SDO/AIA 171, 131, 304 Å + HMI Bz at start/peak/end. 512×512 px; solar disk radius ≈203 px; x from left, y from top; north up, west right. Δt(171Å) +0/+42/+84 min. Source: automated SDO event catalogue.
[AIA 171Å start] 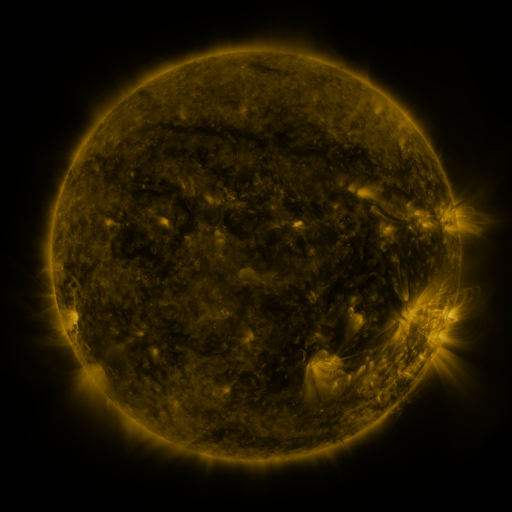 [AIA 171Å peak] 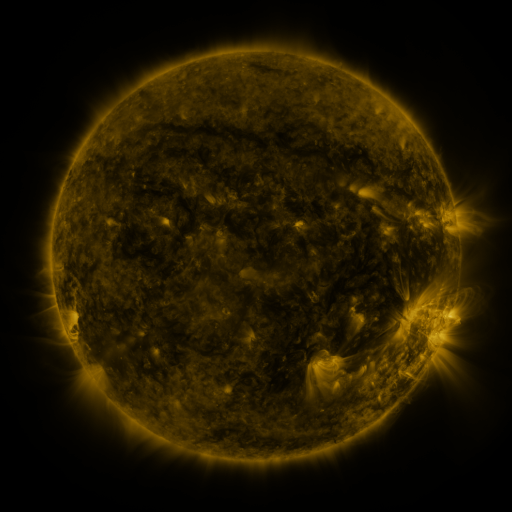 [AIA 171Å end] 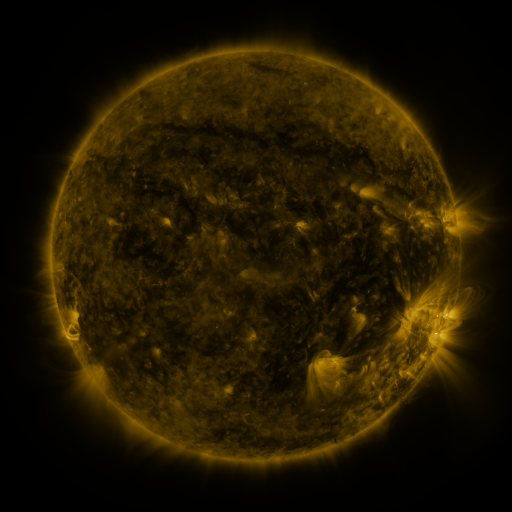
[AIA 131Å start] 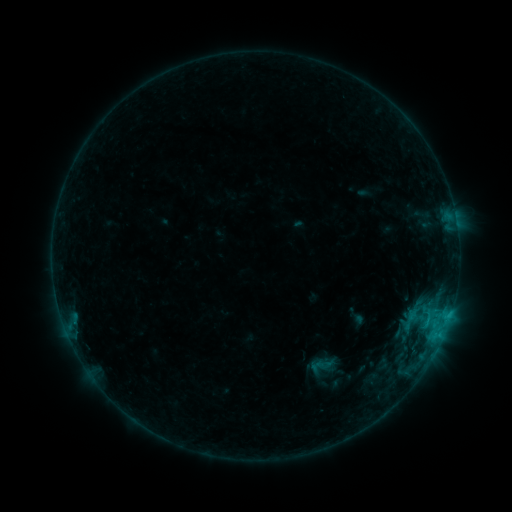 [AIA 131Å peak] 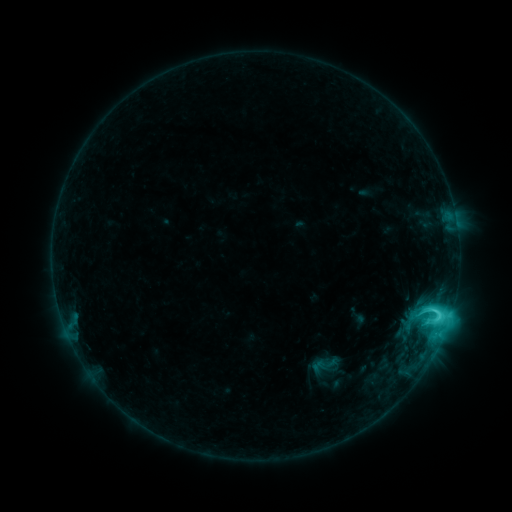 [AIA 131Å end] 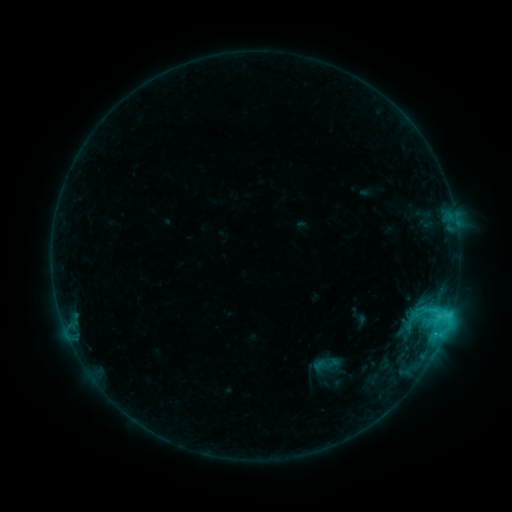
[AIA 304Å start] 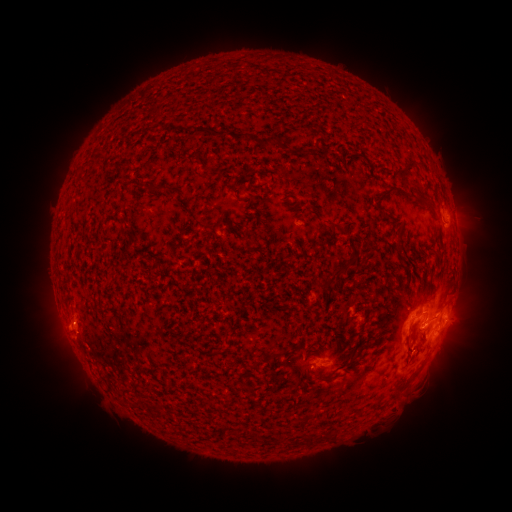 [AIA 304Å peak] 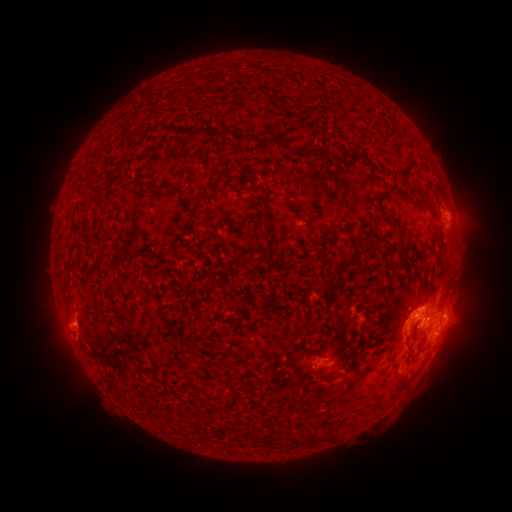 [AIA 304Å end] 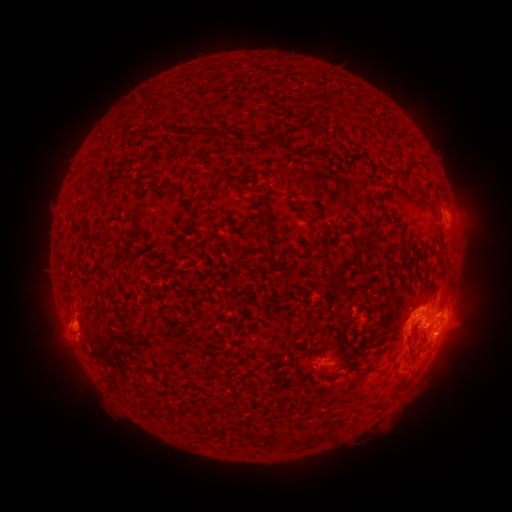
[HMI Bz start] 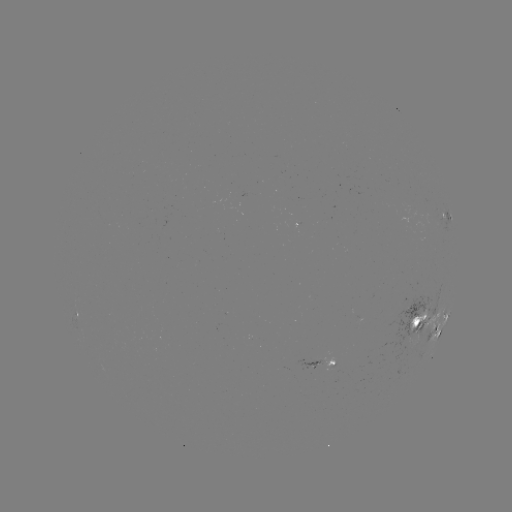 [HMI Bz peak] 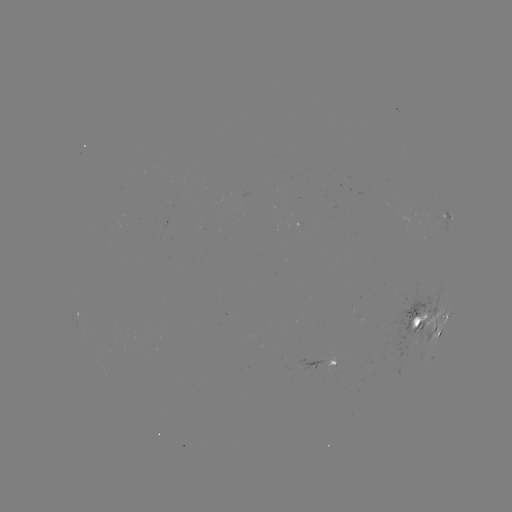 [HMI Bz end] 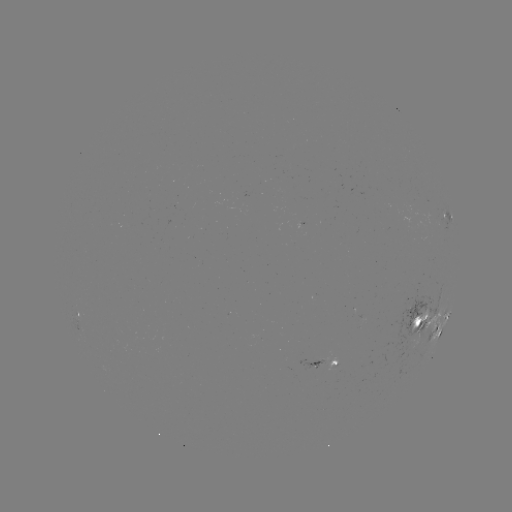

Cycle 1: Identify C7.5 flare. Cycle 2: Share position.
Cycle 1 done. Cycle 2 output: (438, 314).